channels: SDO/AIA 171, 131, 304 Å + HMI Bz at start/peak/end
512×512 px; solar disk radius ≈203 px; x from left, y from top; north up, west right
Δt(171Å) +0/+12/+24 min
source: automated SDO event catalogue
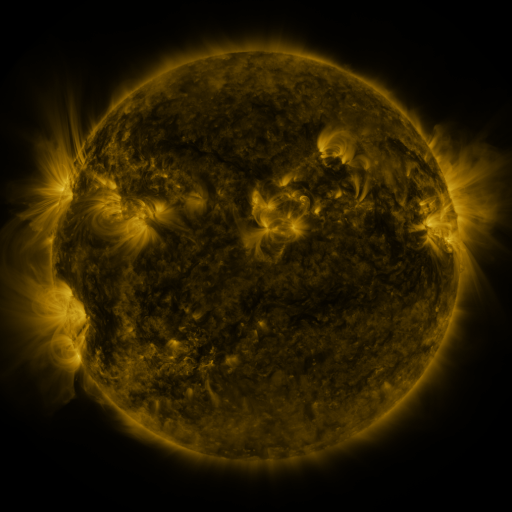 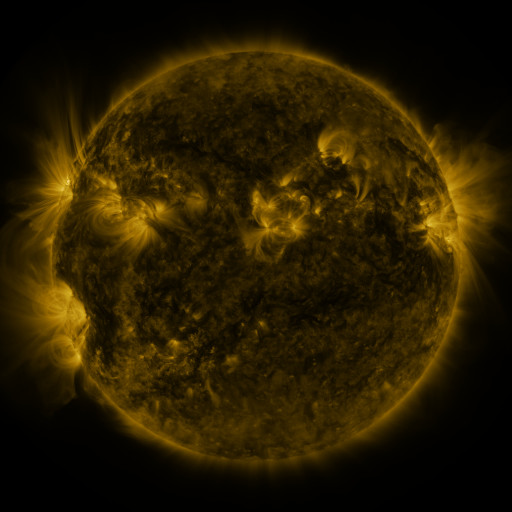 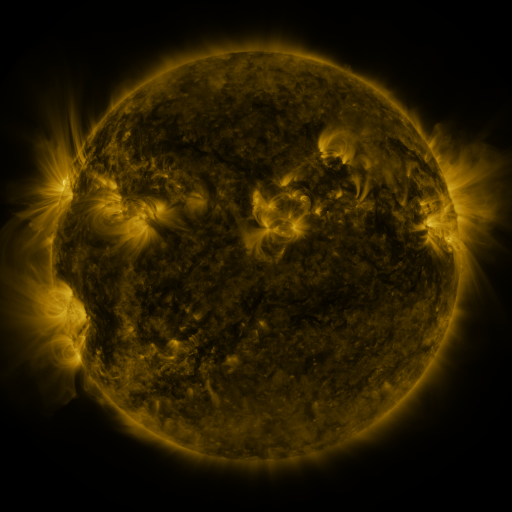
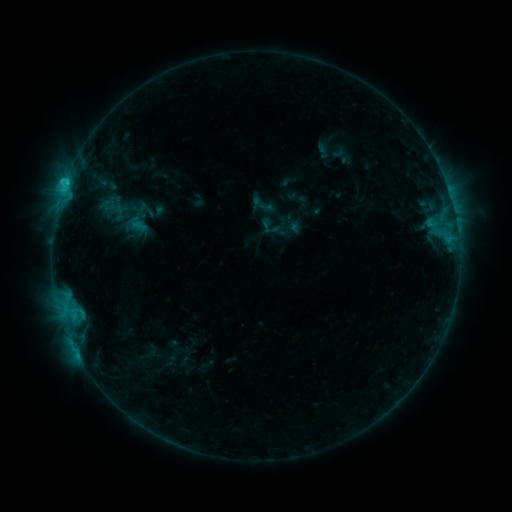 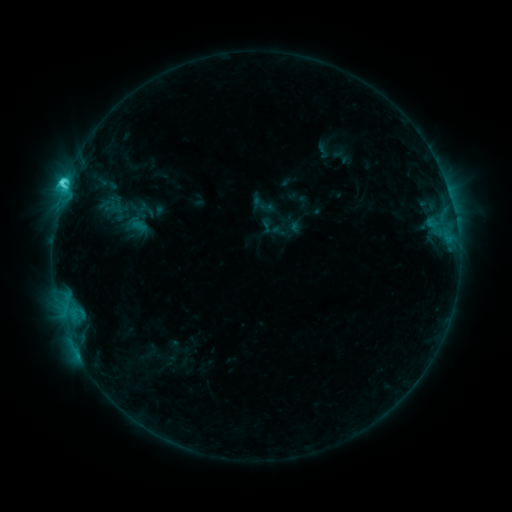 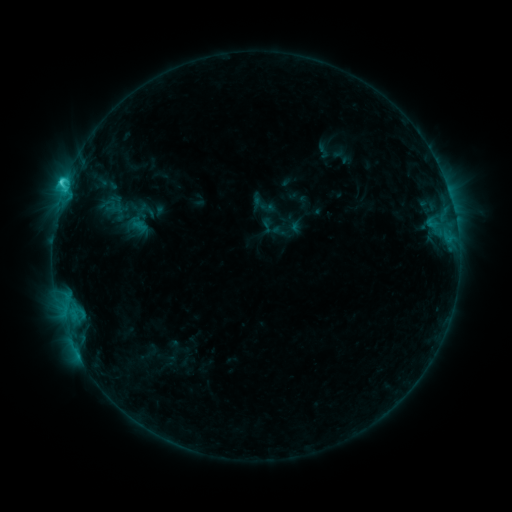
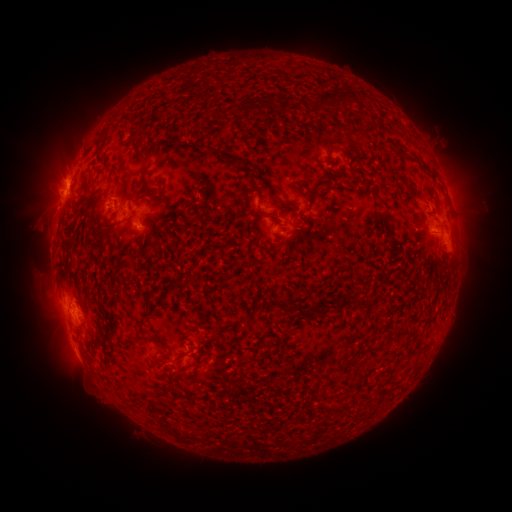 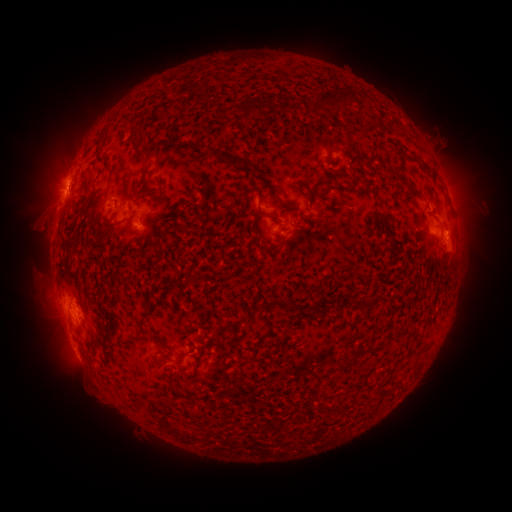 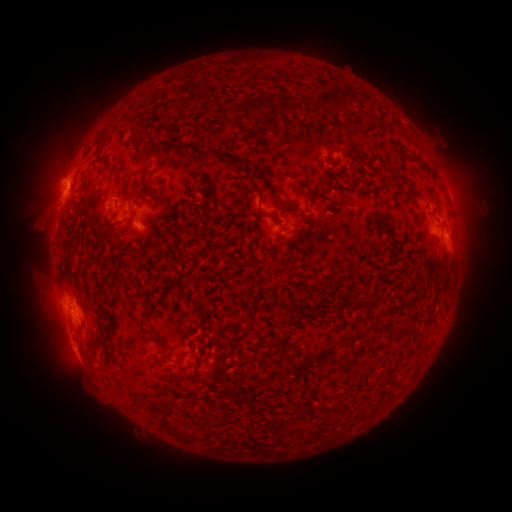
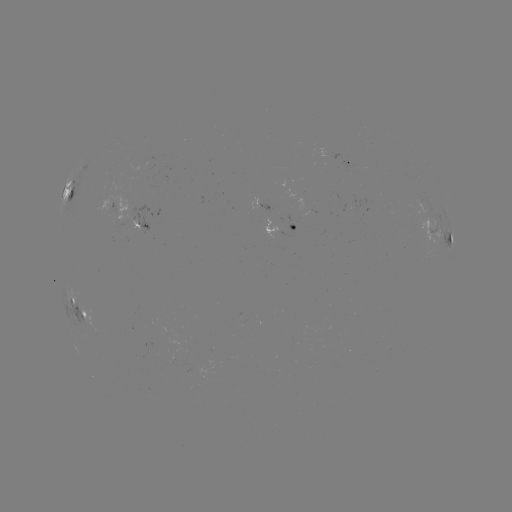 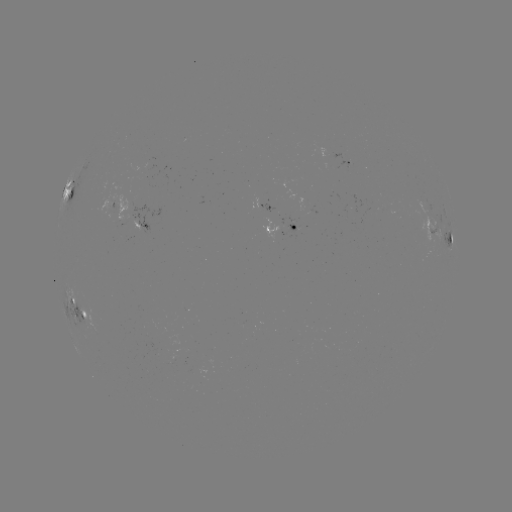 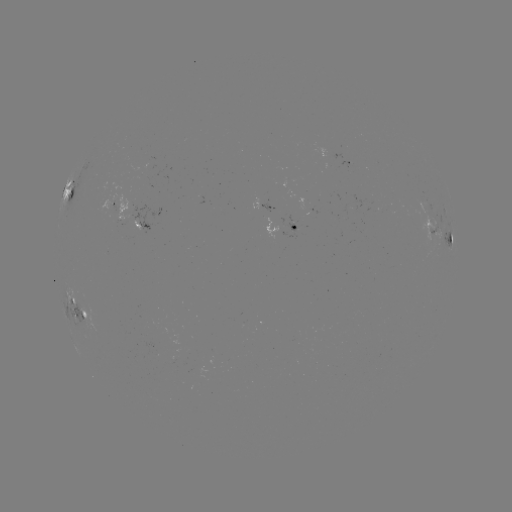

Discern C3.4 flare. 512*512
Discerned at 65,187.